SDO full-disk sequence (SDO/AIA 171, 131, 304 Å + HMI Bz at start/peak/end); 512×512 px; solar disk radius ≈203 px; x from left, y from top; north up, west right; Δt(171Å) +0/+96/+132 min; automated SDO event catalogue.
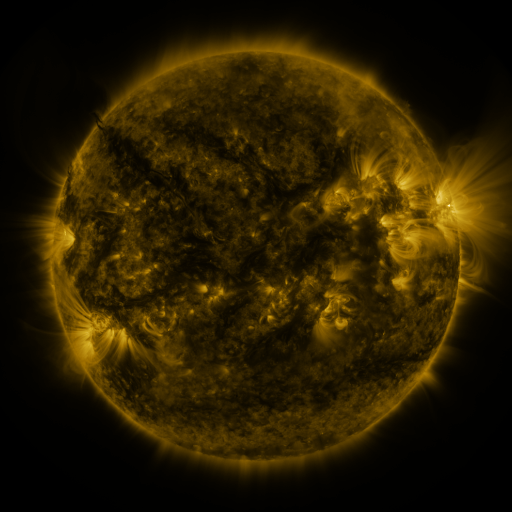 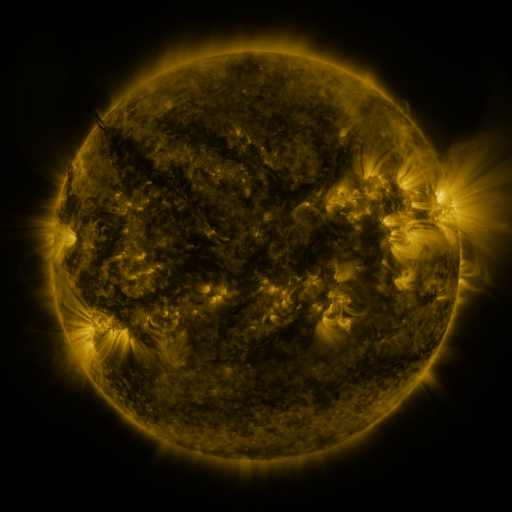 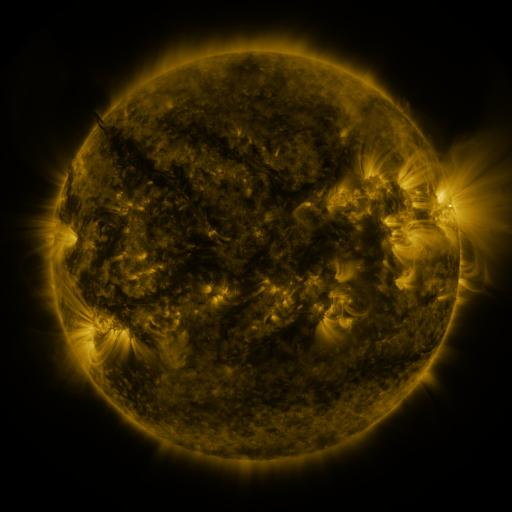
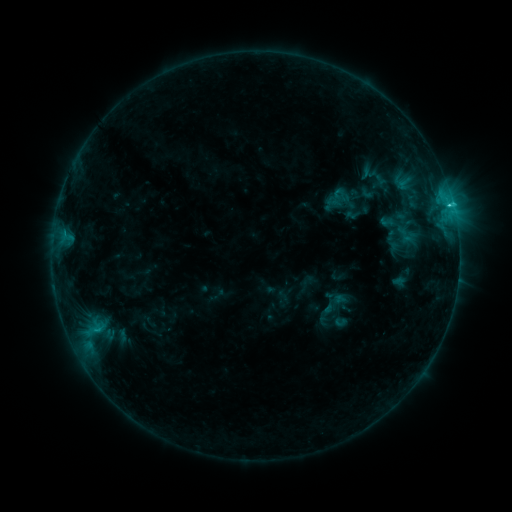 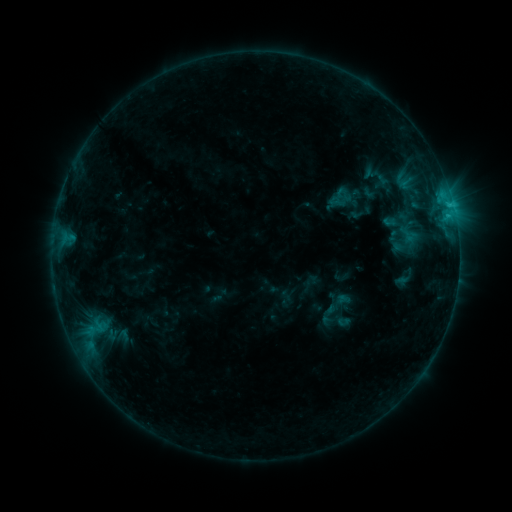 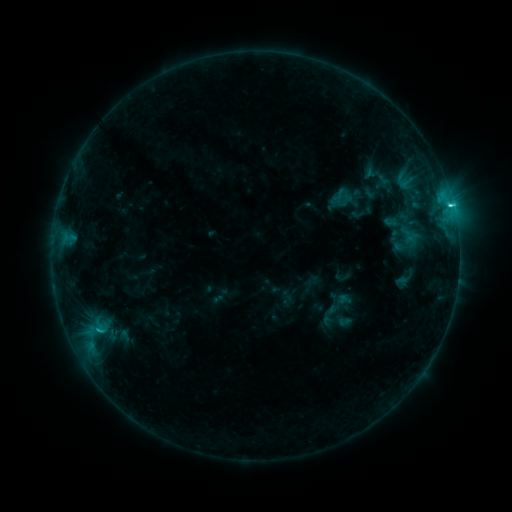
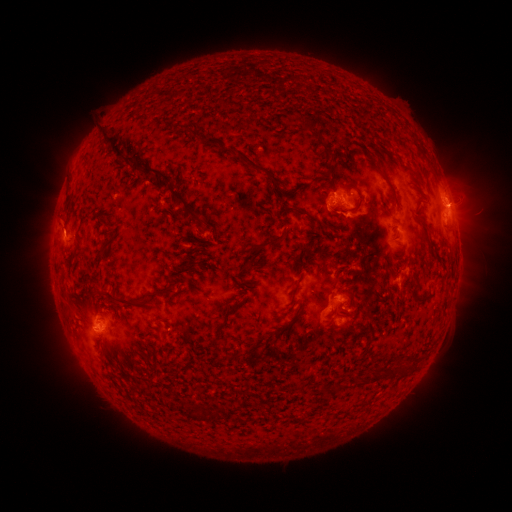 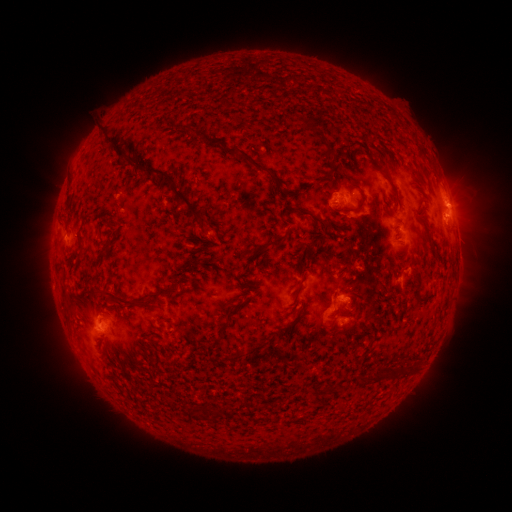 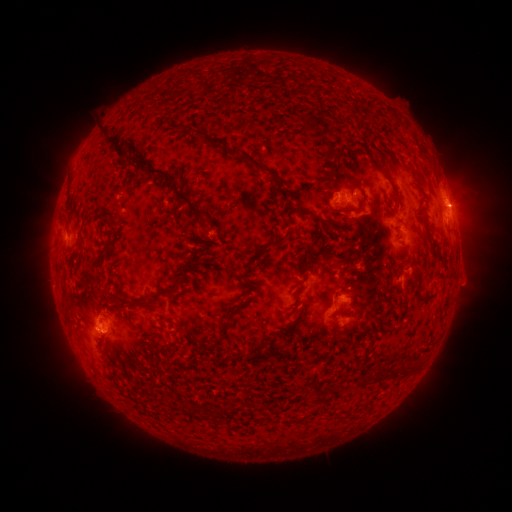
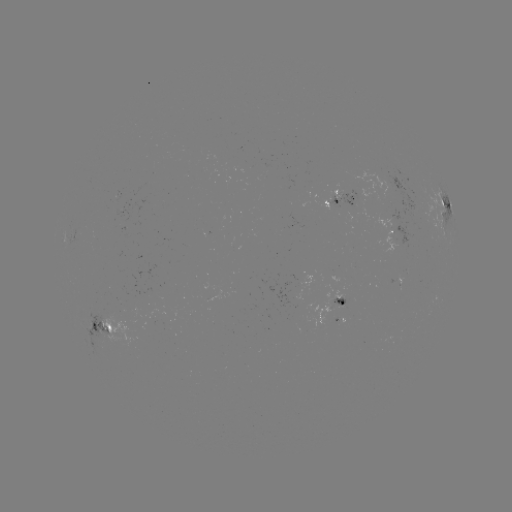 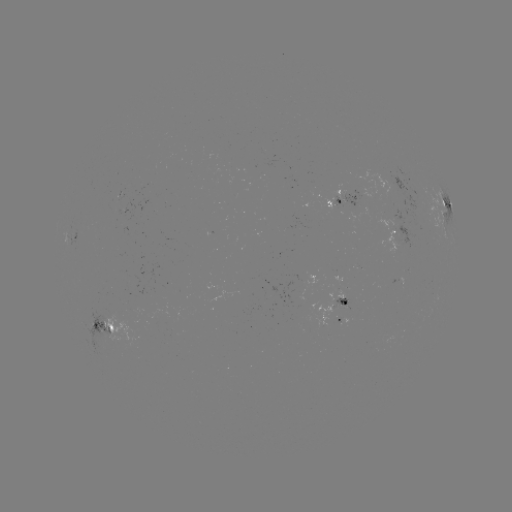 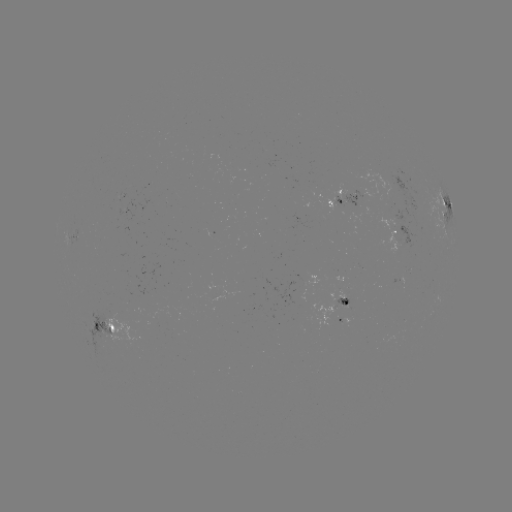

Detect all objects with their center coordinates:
emerging-flux region: (341, 296)
